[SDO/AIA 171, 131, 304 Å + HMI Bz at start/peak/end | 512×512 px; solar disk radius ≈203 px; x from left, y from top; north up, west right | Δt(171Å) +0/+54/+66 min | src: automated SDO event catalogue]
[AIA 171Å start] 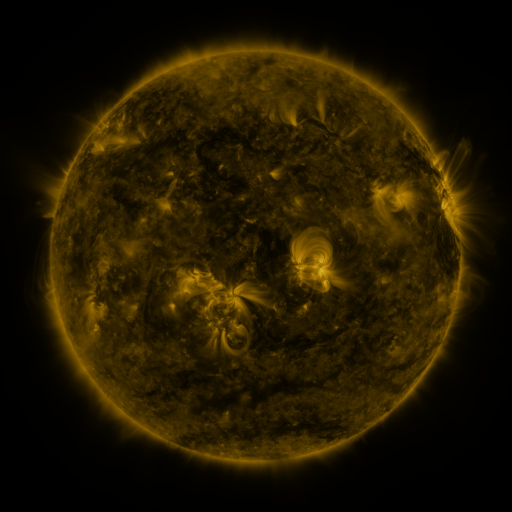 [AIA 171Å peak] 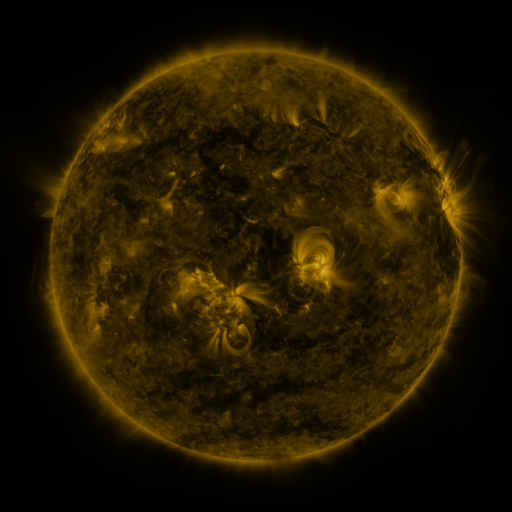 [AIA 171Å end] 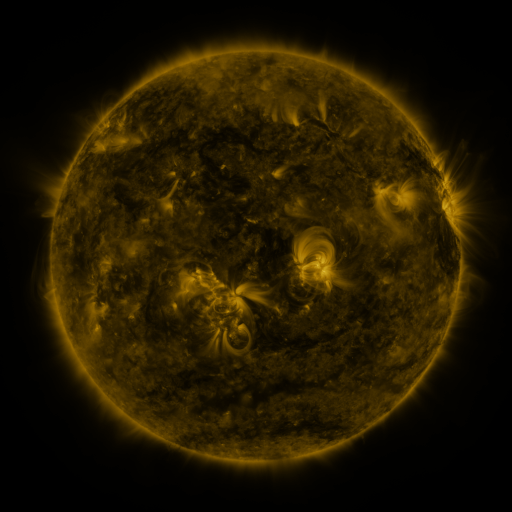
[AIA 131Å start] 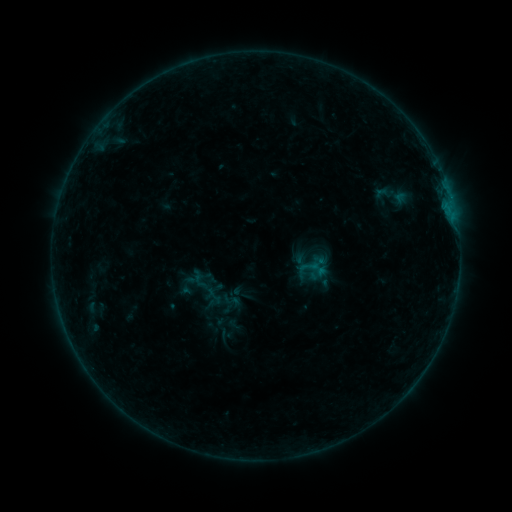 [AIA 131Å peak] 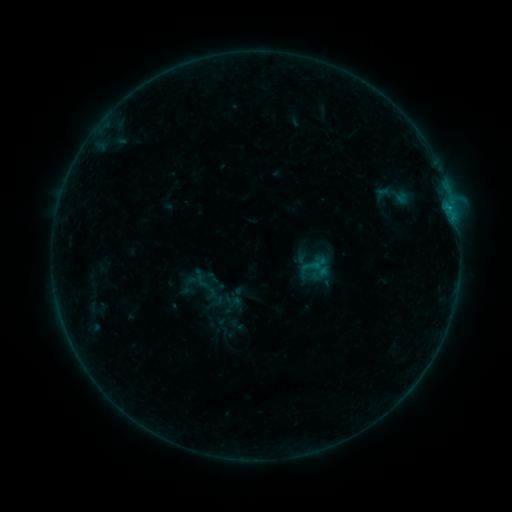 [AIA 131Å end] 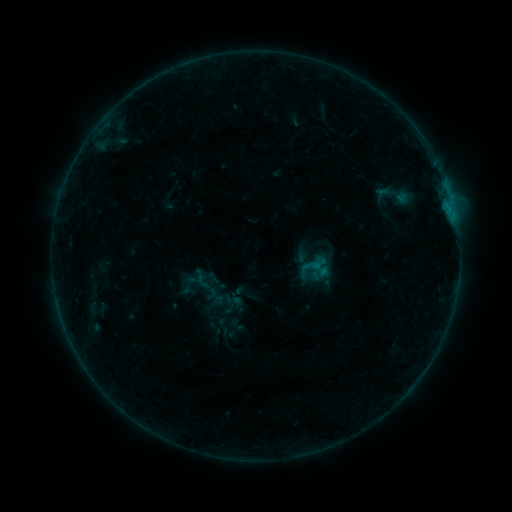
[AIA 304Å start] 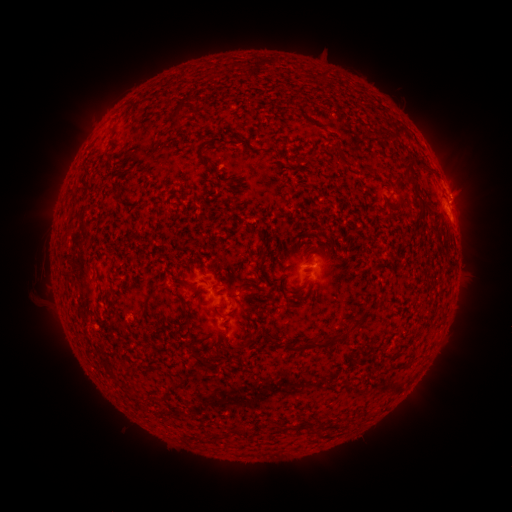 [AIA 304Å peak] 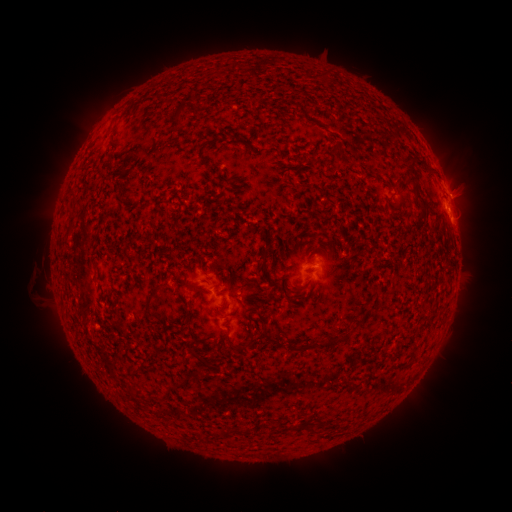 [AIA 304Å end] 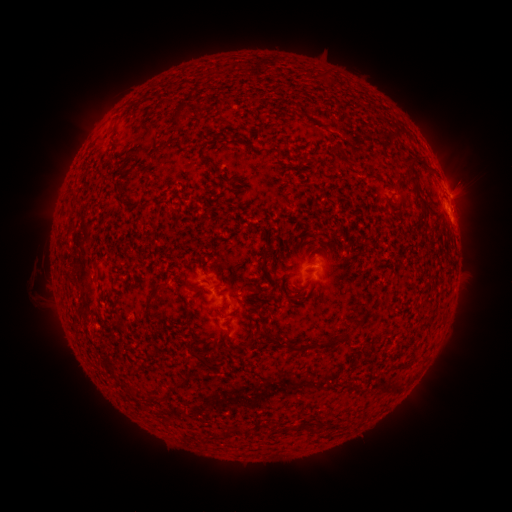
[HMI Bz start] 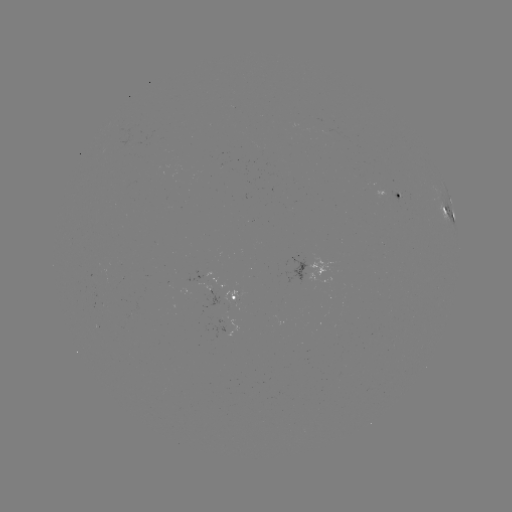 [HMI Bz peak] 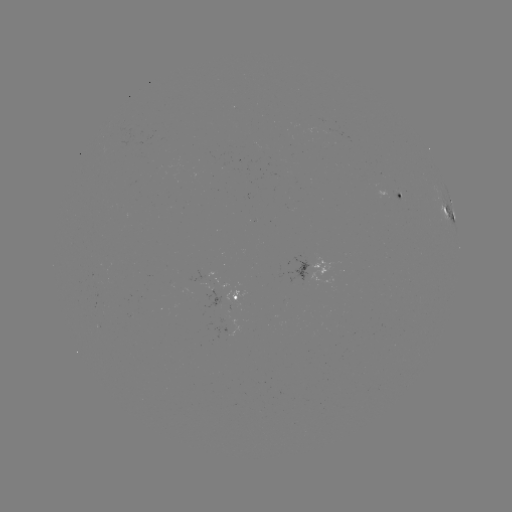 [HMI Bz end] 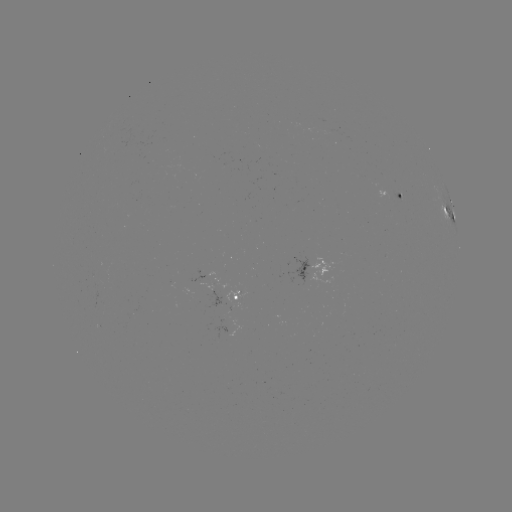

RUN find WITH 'B6.8 flare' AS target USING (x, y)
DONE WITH (452, 205) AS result